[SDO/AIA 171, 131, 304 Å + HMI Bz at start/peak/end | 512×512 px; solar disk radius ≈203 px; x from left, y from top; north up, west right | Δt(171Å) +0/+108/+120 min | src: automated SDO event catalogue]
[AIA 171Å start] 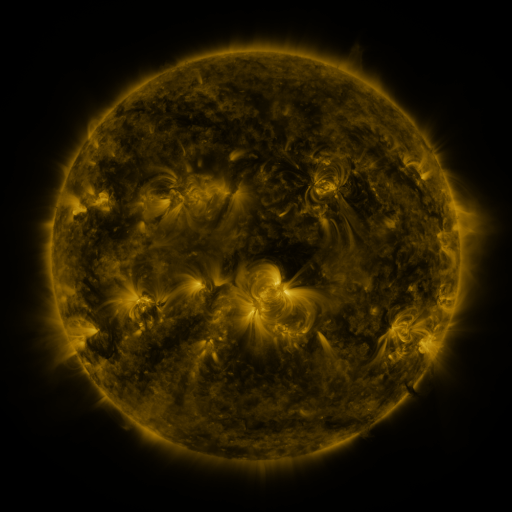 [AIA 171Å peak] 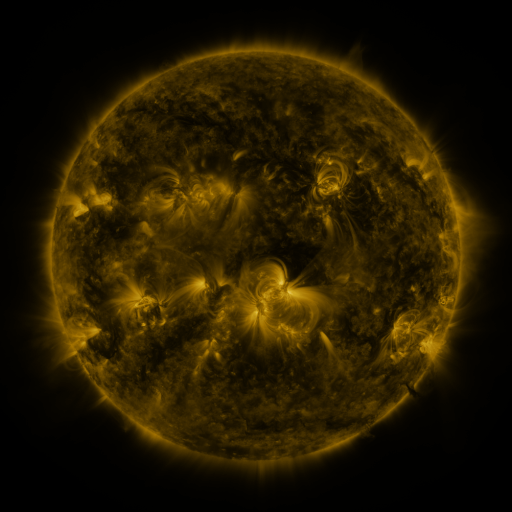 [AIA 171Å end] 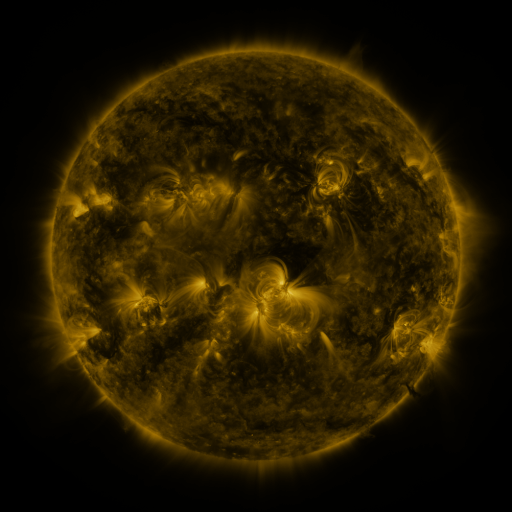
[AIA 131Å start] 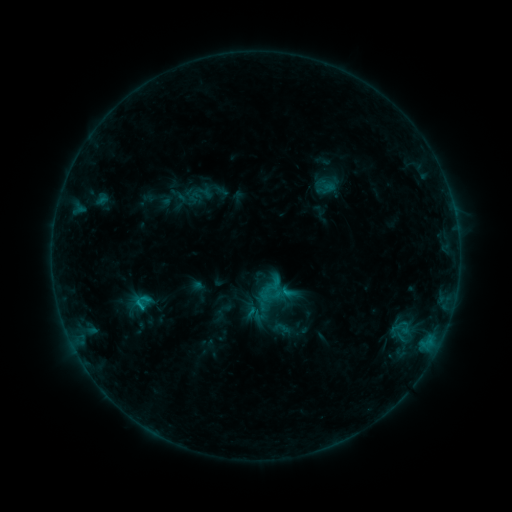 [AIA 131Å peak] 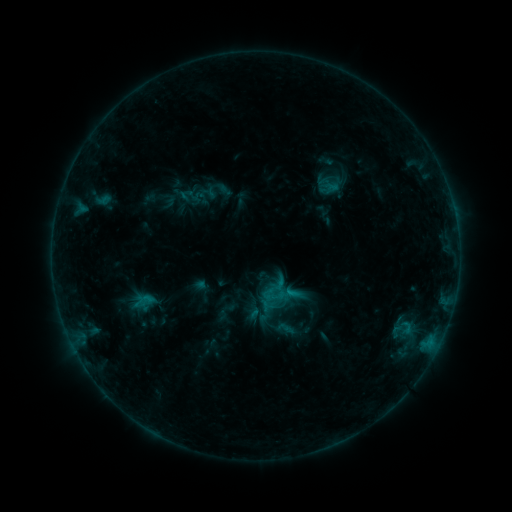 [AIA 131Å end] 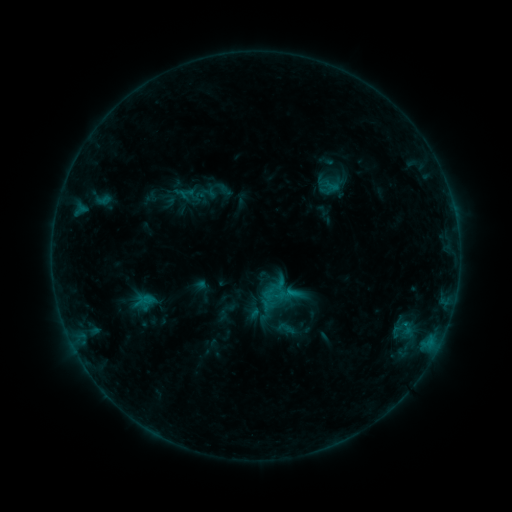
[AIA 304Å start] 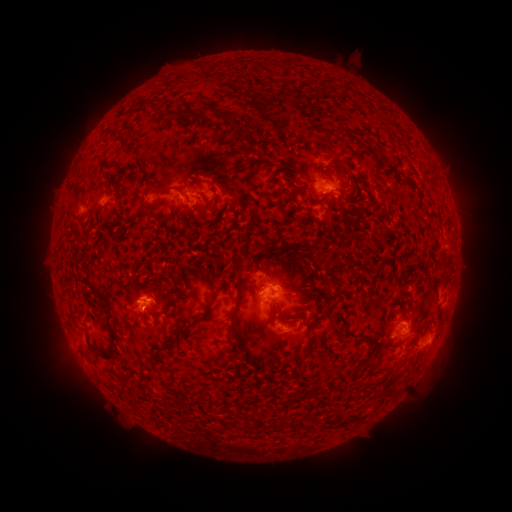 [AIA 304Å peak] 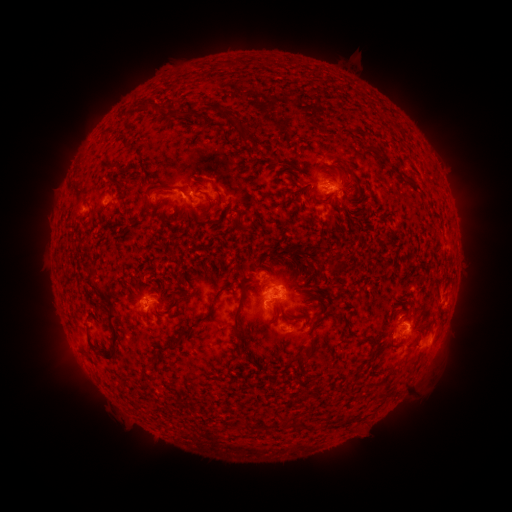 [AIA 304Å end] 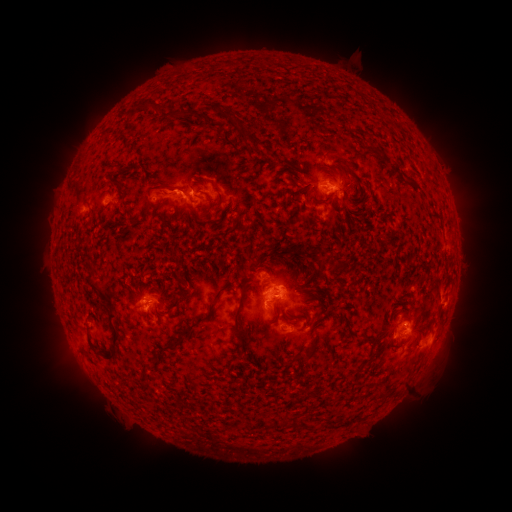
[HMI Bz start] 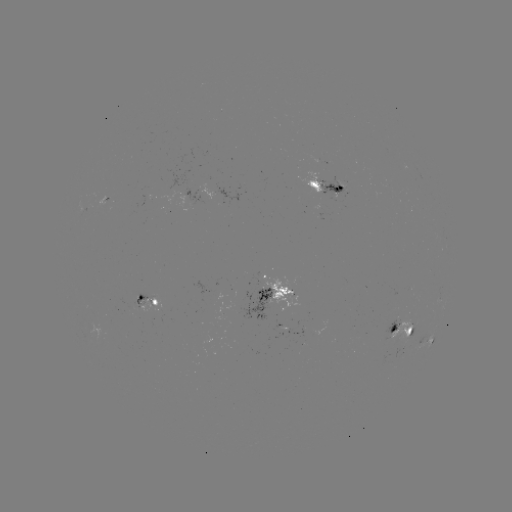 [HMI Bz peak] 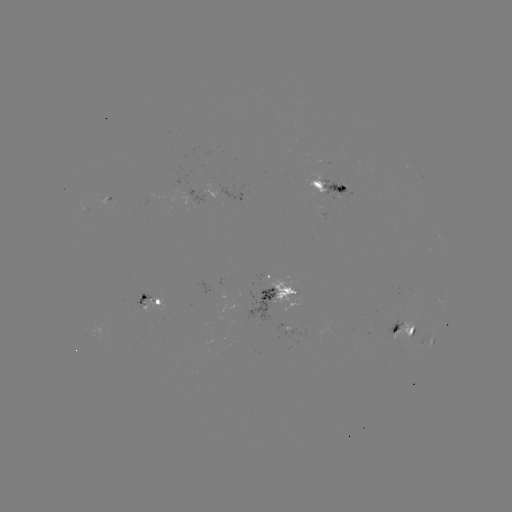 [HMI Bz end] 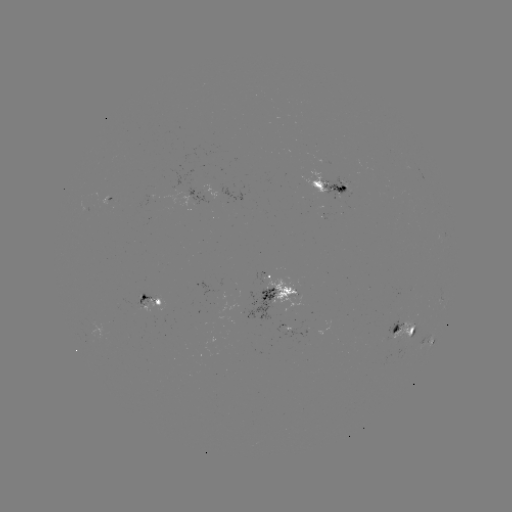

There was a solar emerging-flux region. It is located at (338, 191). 